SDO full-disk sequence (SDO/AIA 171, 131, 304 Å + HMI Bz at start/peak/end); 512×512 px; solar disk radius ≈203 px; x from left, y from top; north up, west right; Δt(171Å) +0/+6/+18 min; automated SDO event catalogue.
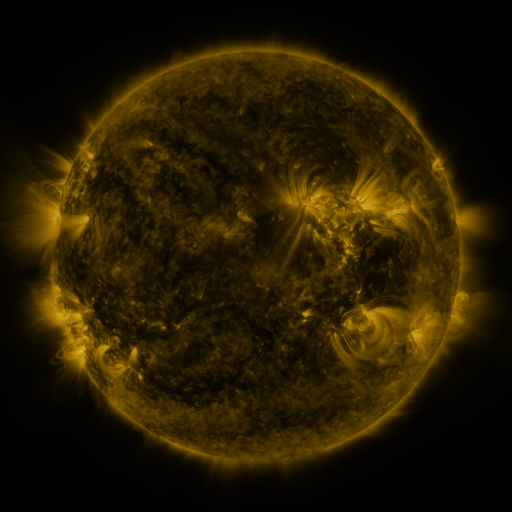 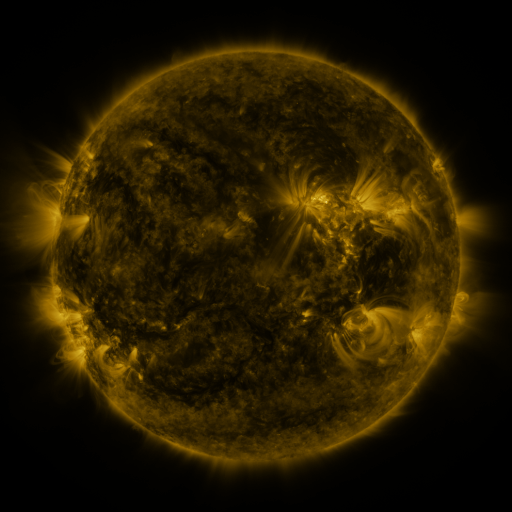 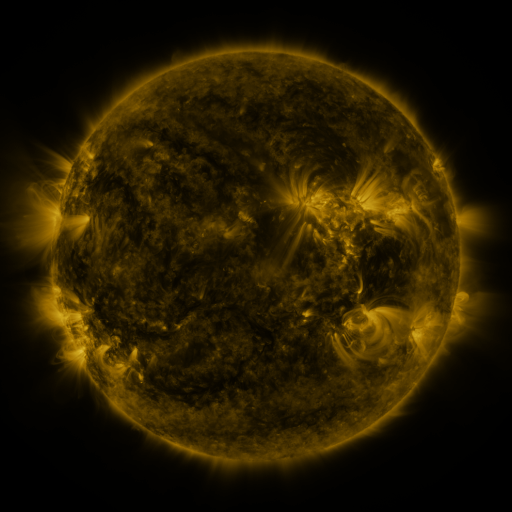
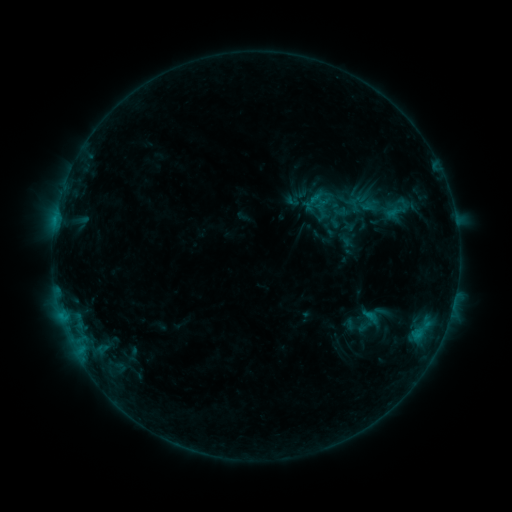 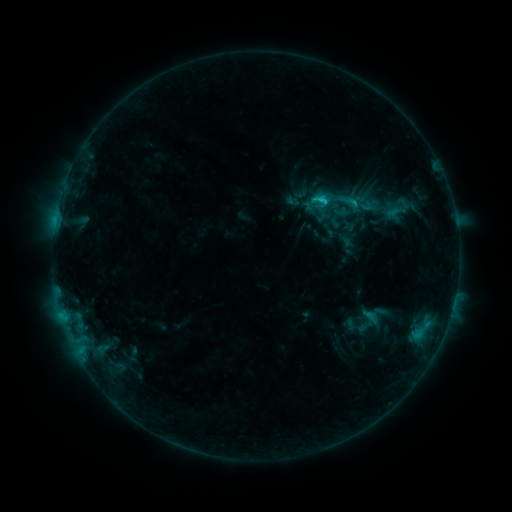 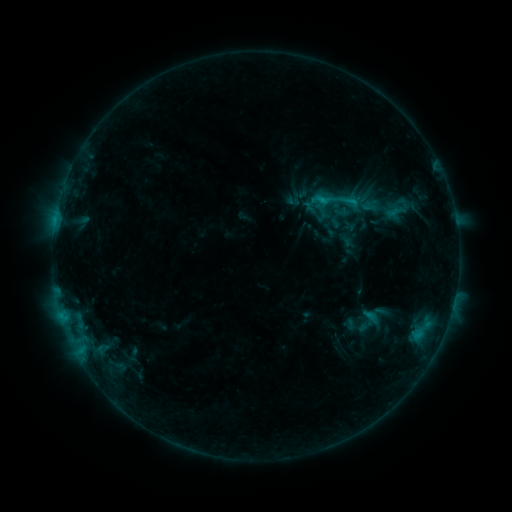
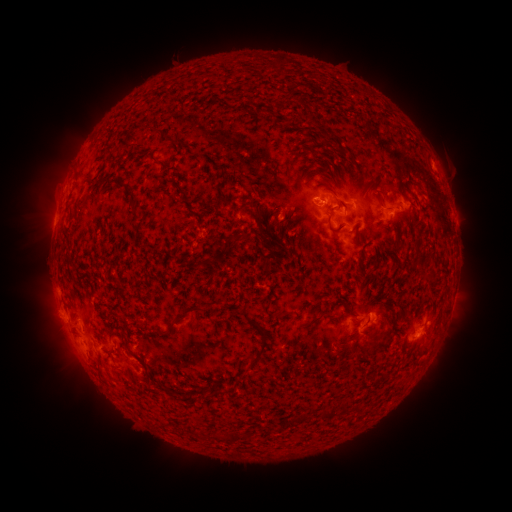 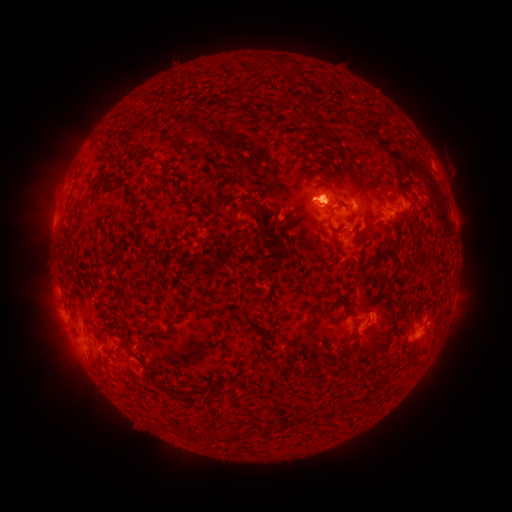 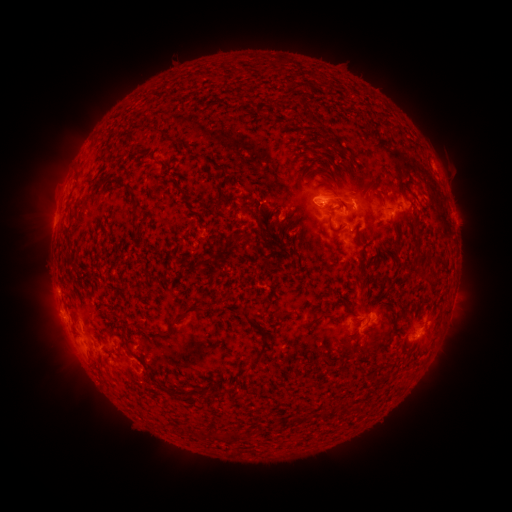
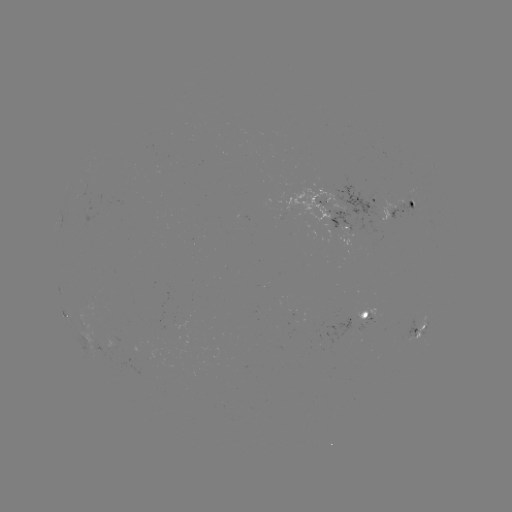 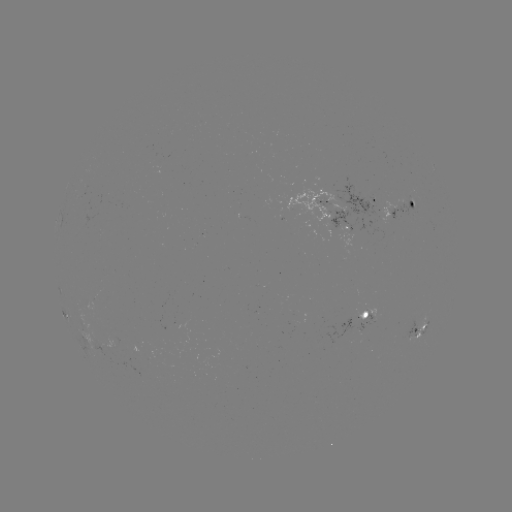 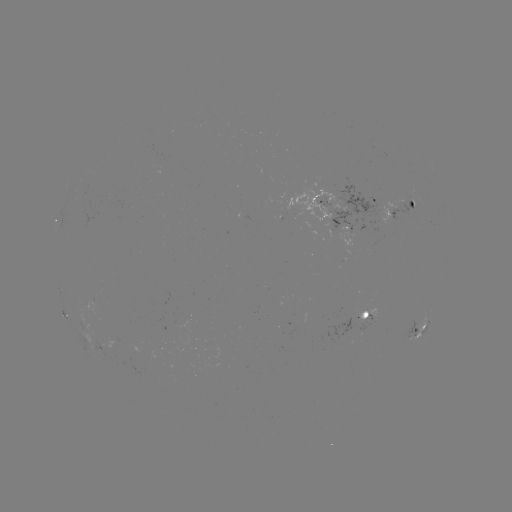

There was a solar flare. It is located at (319, 200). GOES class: C1.5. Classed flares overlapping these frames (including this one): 1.